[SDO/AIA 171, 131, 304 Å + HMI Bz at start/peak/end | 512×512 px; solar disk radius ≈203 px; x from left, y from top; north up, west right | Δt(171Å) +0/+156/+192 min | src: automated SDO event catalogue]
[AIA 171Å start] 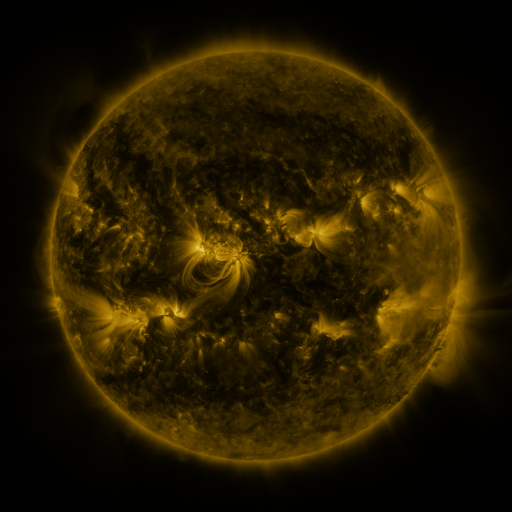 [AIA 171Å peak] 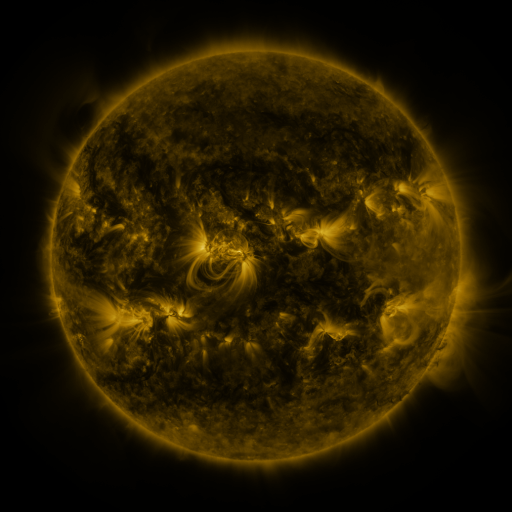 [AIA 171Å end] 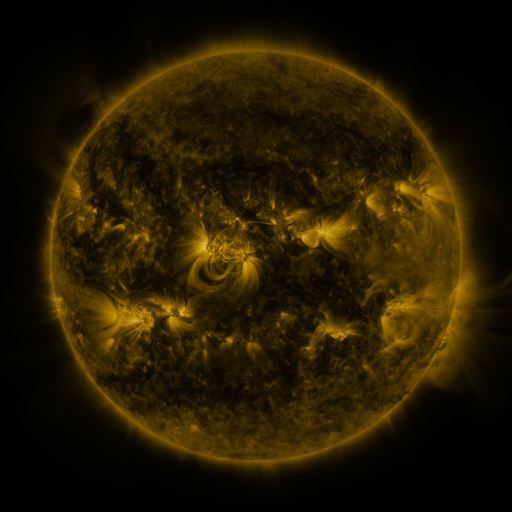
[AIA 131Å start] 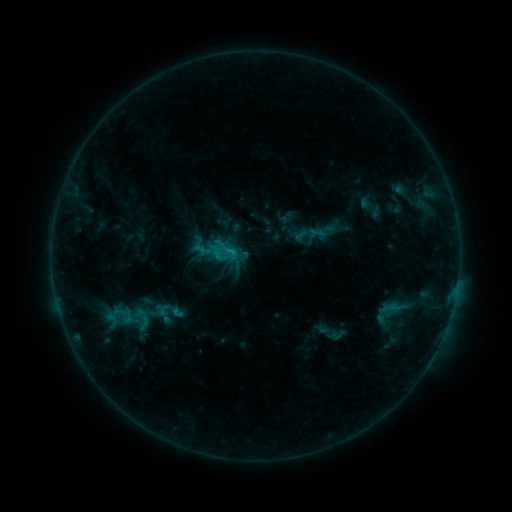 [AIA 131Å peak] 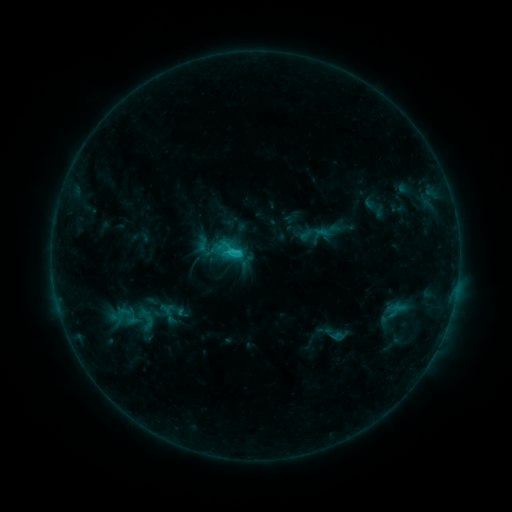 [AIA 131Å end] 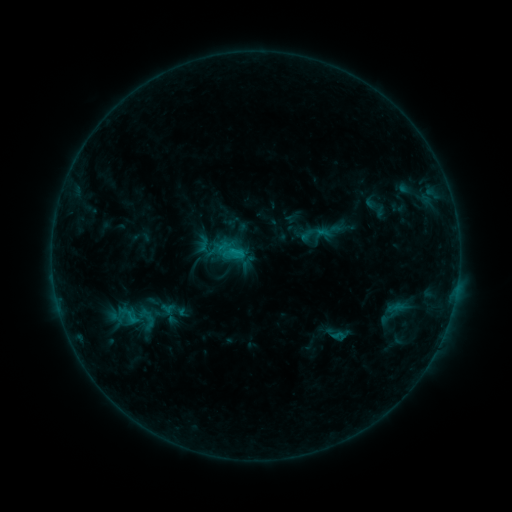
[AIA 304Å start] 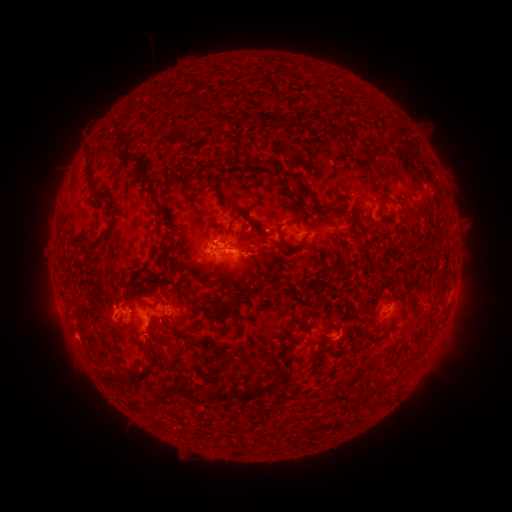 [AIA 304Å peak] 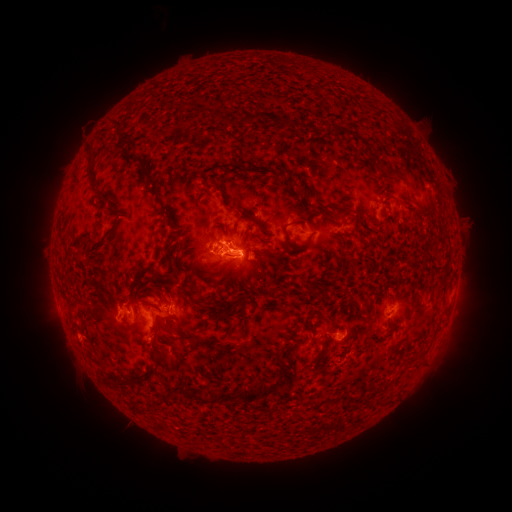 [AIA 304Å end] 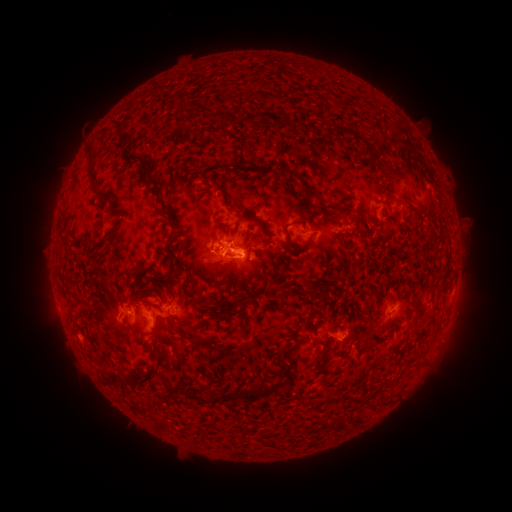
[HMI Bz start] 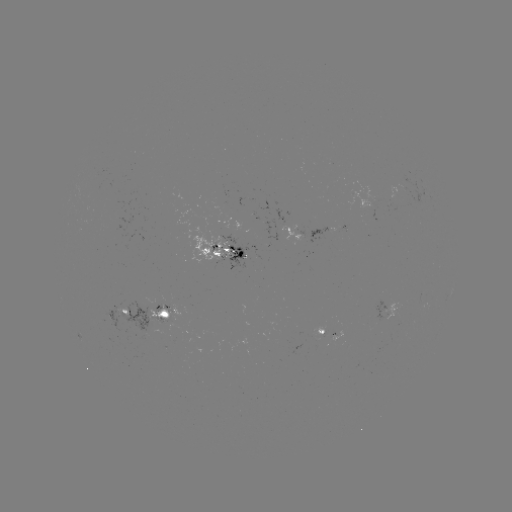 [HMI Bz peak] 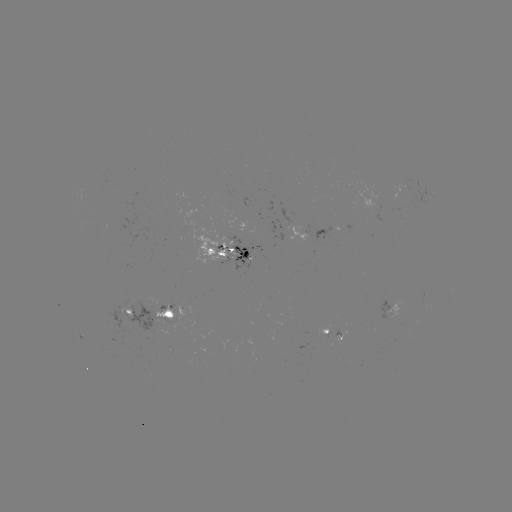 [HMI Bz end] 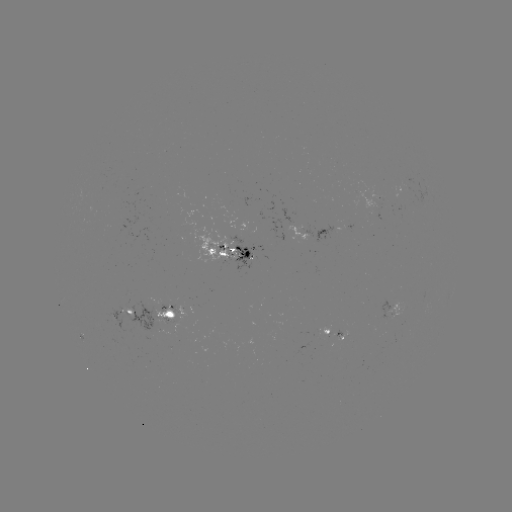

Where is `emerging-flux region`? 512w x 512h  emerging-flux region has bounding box [226, 234, 253, 271].